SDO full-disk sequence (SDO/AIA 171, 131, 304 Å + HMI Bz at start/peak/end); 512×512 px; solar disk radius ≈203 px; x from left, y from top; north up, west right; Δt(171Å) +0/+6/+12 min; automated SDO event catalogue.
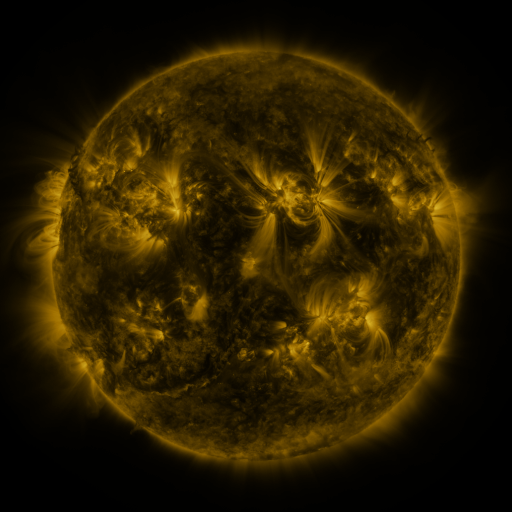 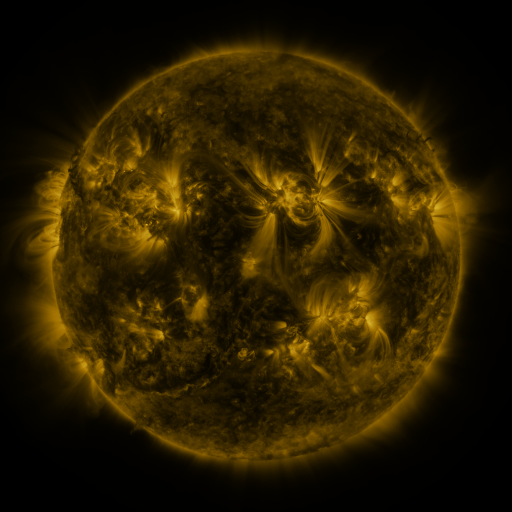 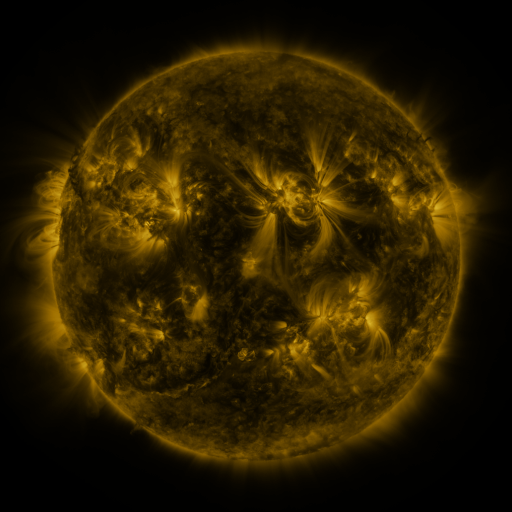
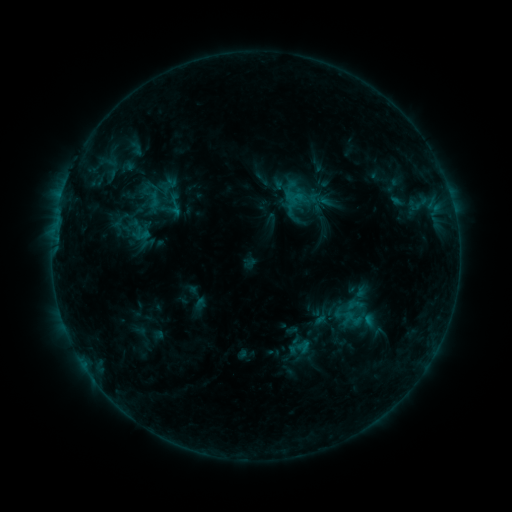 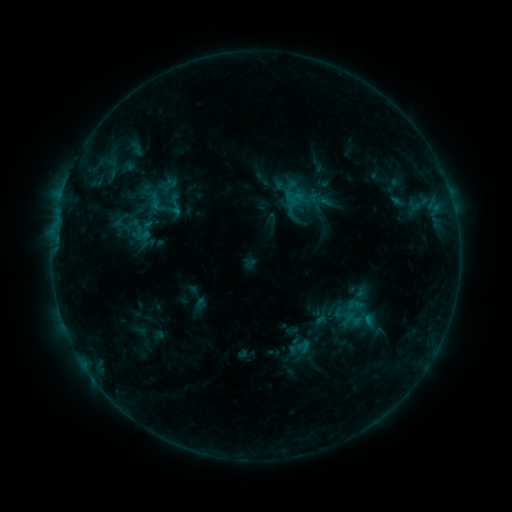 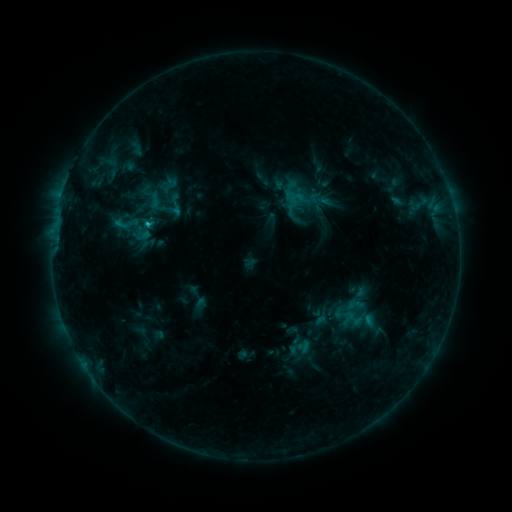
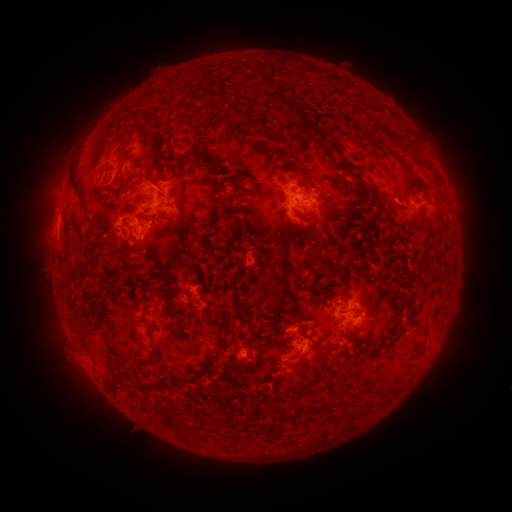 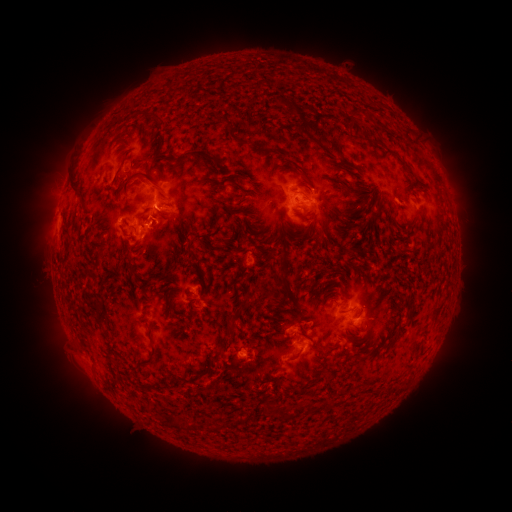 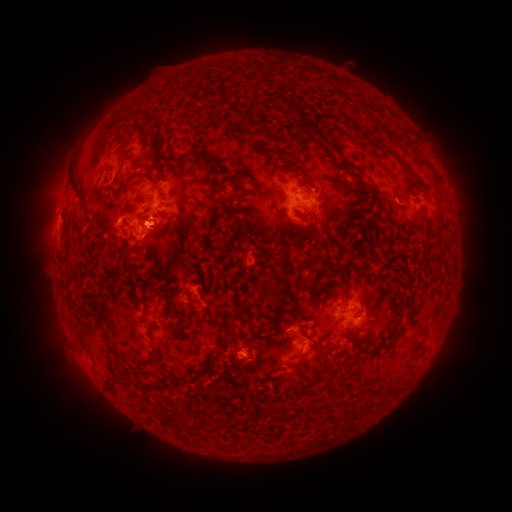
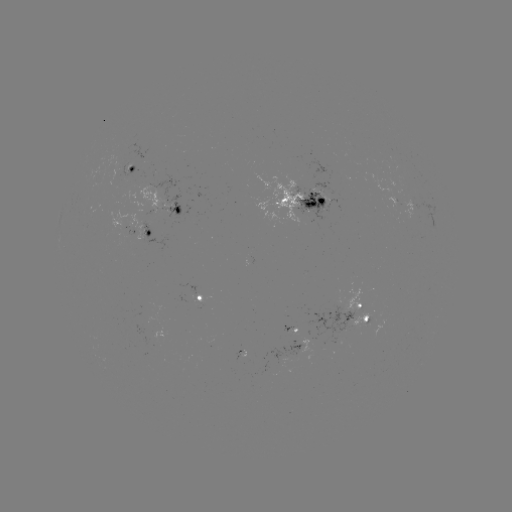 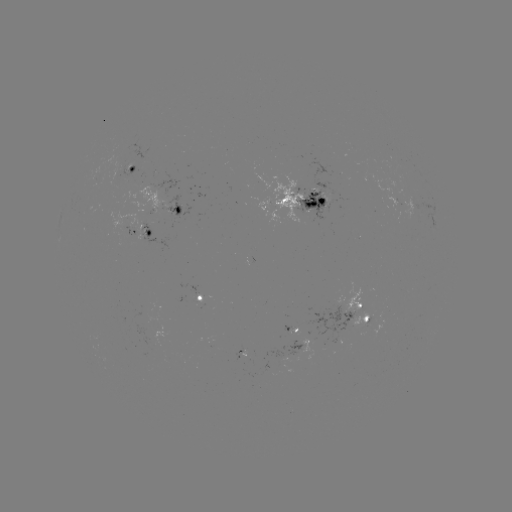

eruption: <bbox>136, 206, 187, 253</bbox>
